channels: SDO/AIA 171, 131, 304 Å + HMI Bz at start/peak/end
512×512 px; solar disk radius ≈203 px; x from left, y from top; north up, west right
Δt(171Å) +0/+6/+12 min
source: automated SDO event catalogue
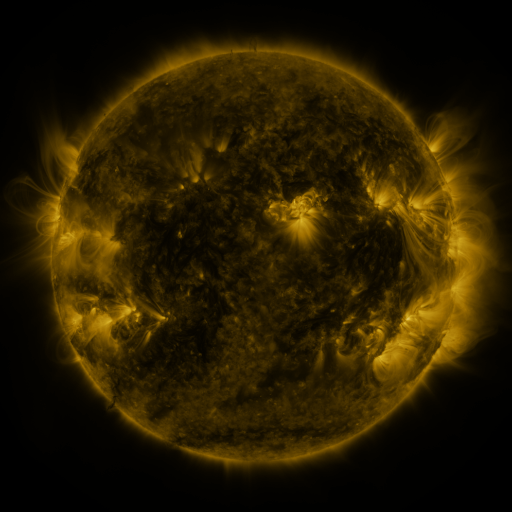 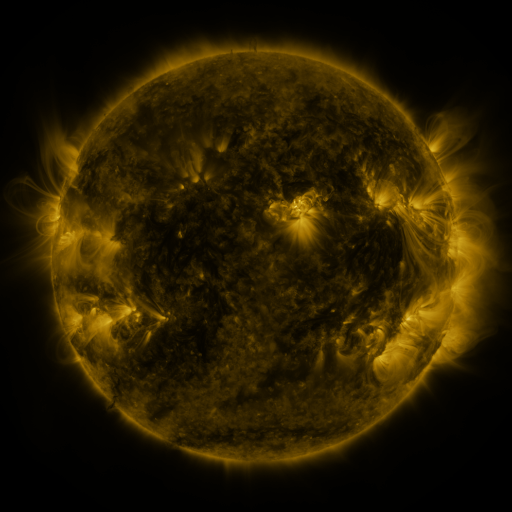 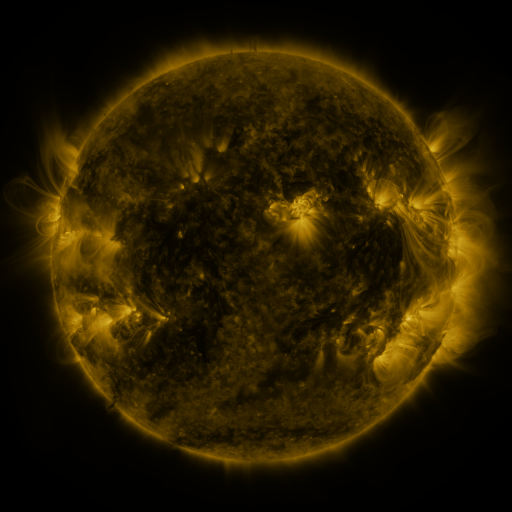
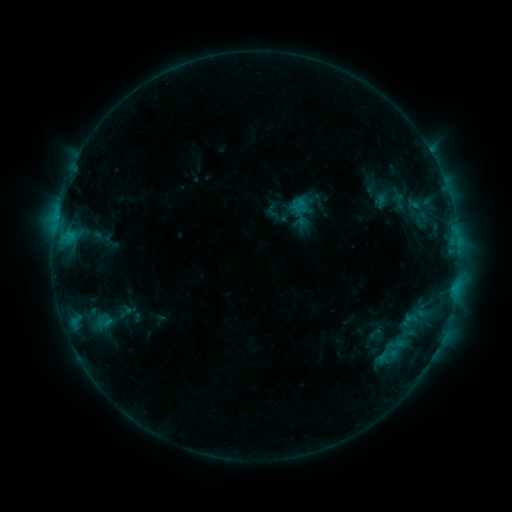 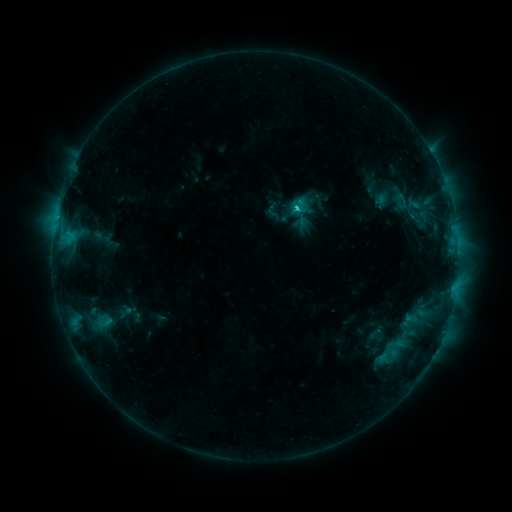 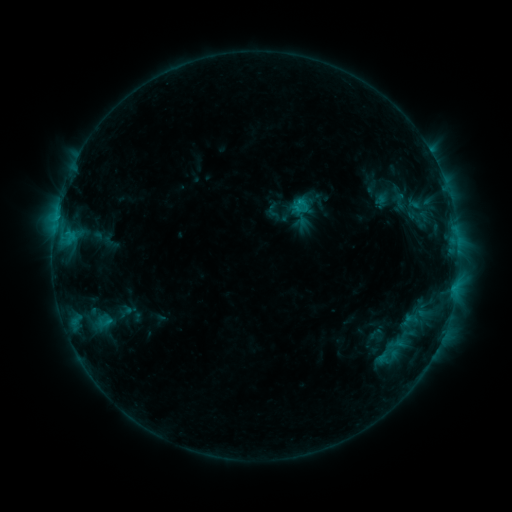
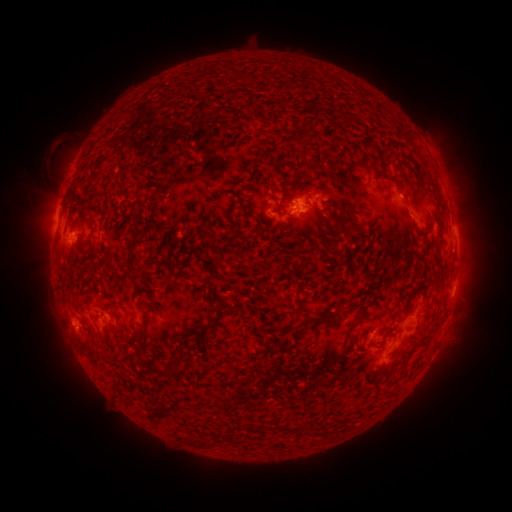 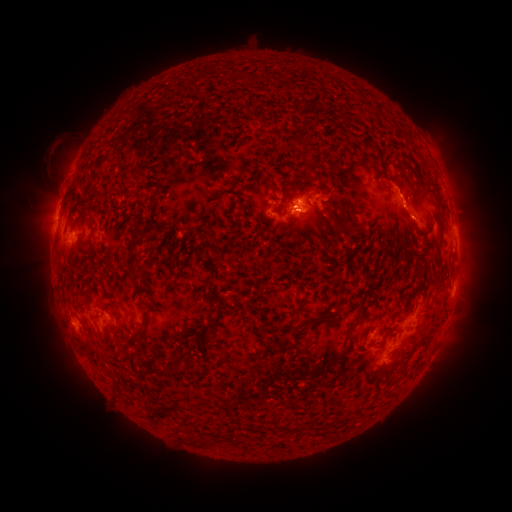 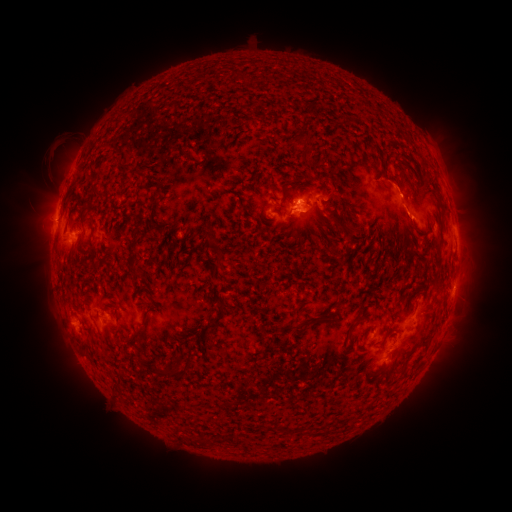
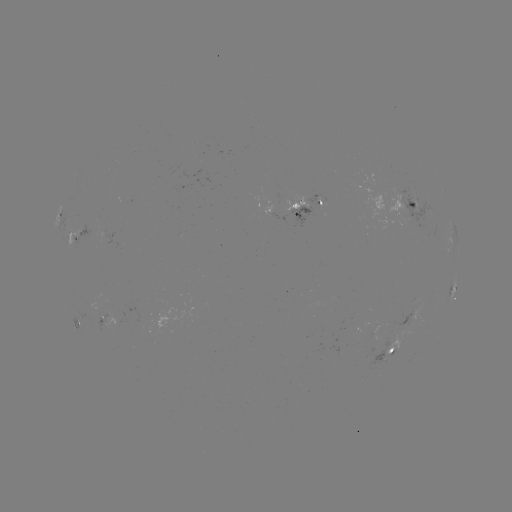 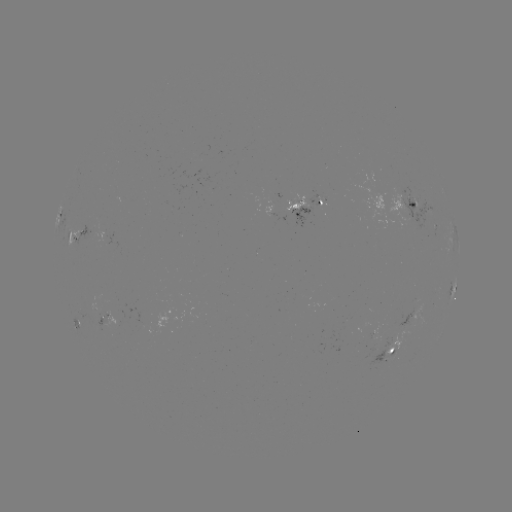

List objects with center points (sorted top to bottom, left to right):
C1.3 flare: (297, 203)
